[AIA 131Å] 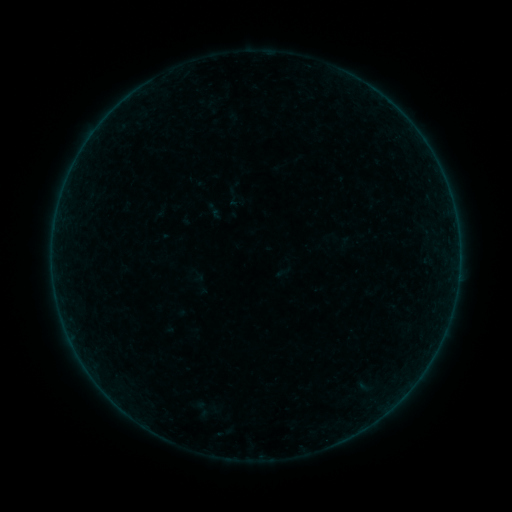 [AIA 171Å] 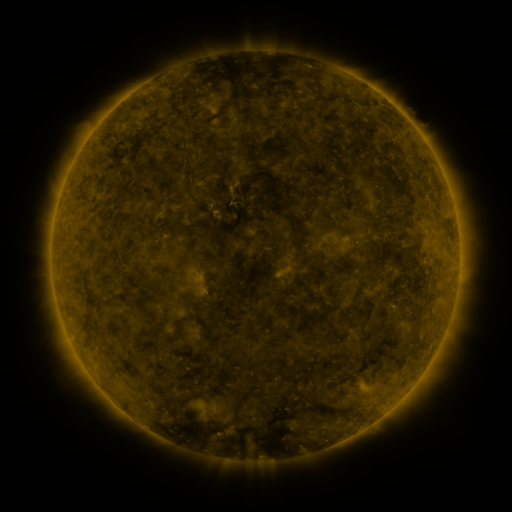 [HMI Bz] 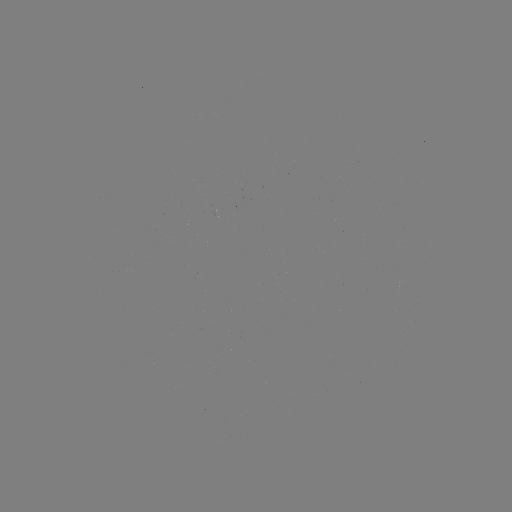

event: sigmoid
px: (200, 409)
